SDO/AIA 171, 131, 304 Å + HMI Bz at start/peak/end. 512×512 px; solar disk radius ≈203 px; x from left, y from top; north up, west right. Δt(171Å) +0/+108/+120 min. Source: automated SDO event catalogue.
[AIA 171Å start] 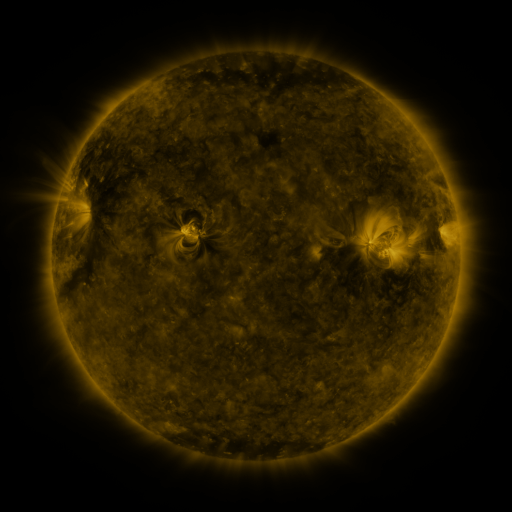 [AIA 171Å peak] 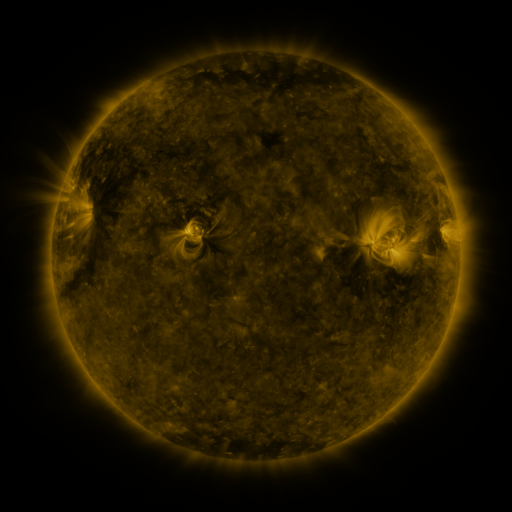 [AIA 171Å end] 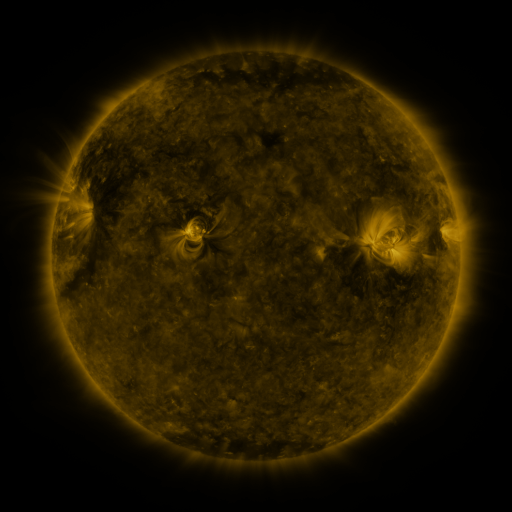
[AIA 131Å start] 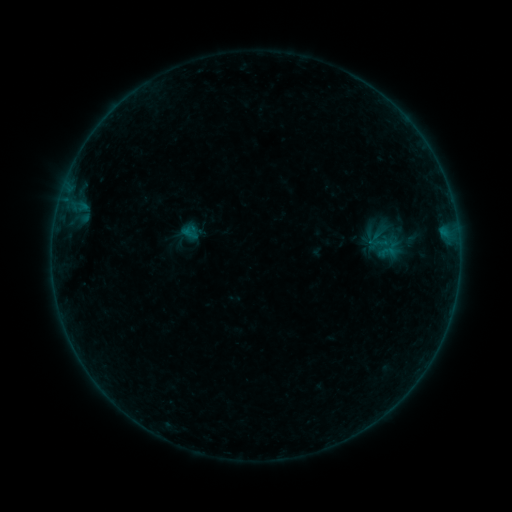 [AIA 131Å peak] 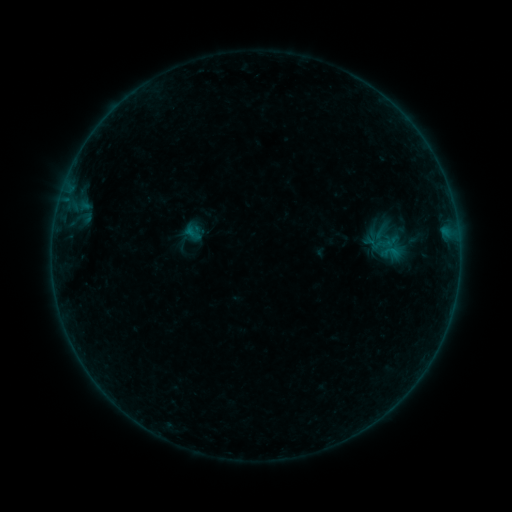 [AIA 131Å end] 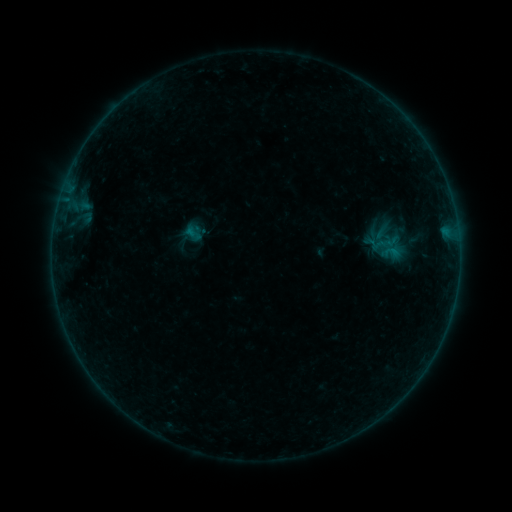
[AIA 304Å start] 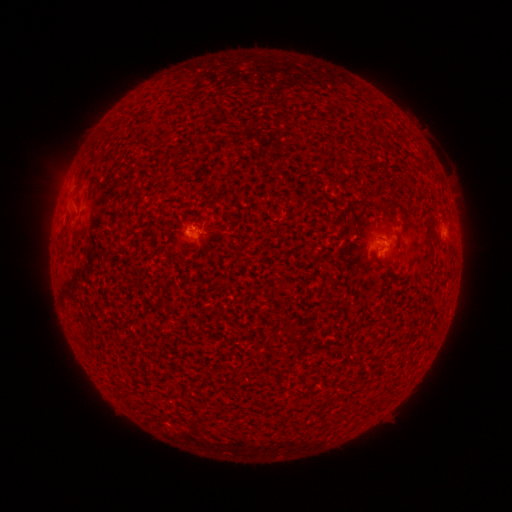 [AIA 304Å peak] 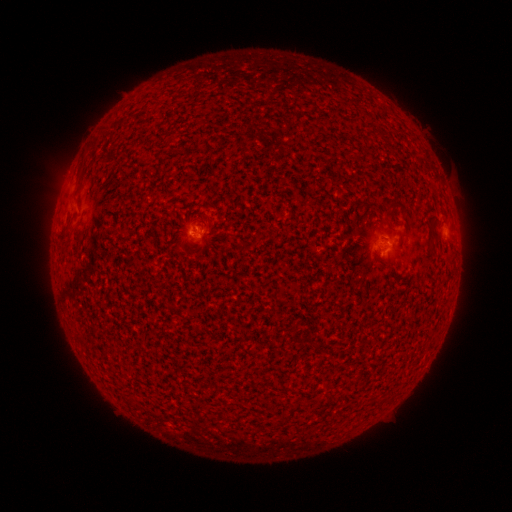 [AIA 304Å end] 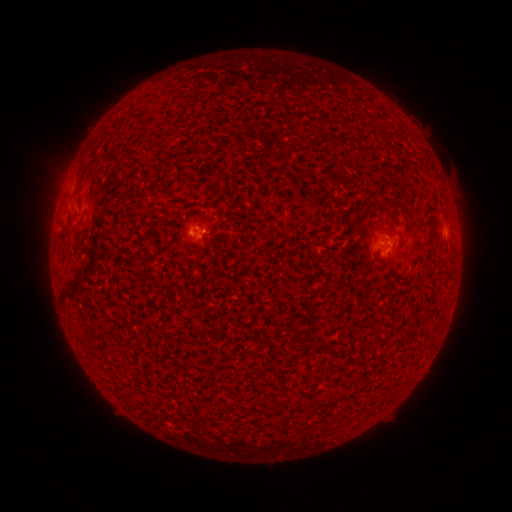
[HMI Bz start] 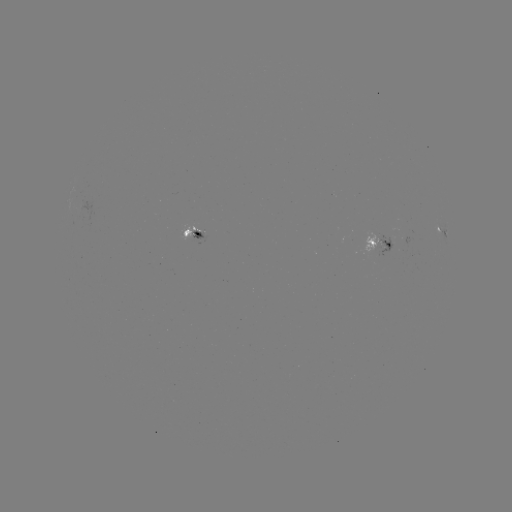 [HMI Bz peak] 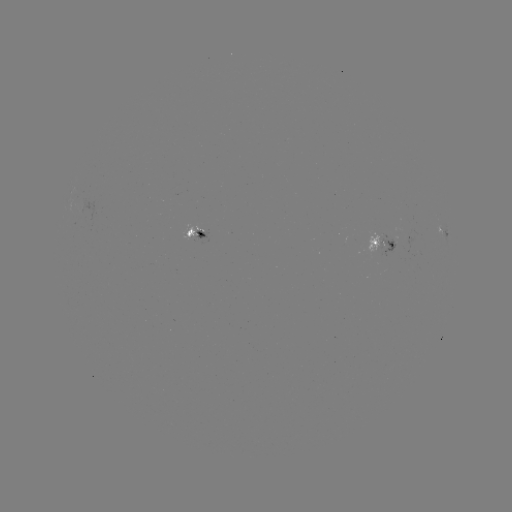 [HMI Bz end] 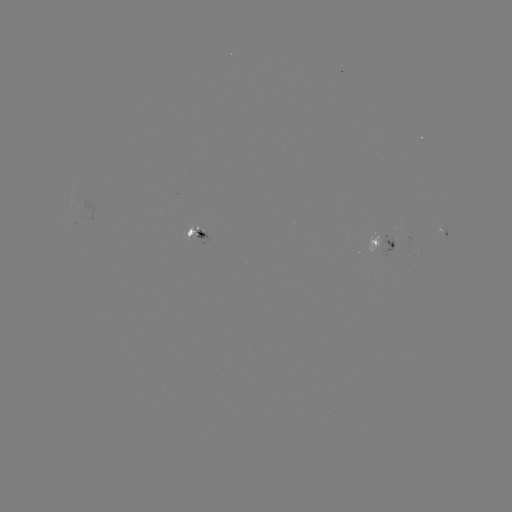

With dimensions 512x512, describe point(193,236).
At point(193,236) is emerging-flux region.